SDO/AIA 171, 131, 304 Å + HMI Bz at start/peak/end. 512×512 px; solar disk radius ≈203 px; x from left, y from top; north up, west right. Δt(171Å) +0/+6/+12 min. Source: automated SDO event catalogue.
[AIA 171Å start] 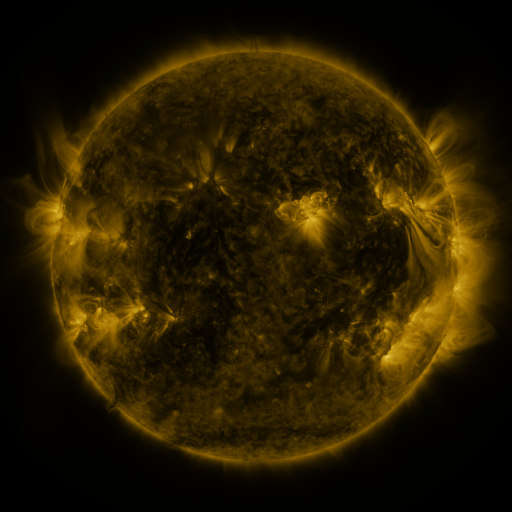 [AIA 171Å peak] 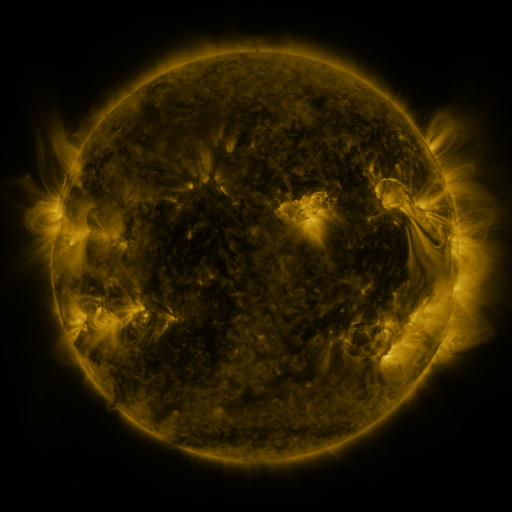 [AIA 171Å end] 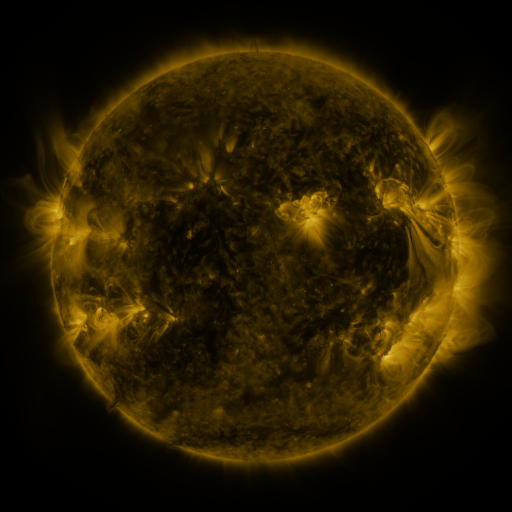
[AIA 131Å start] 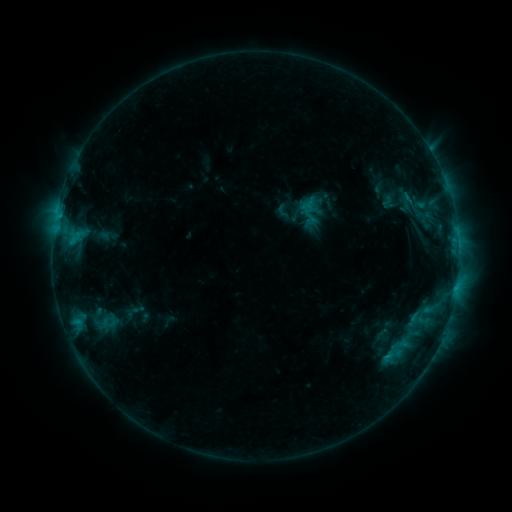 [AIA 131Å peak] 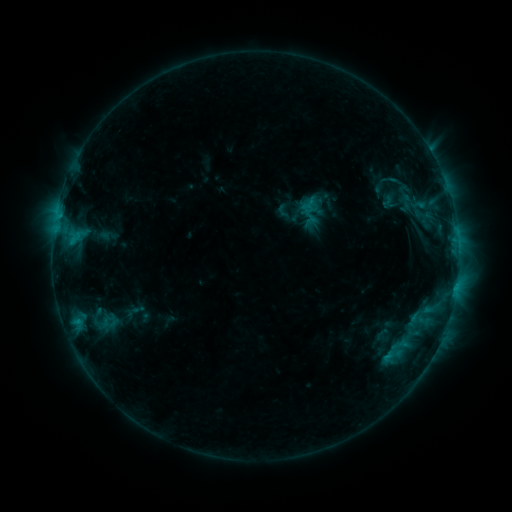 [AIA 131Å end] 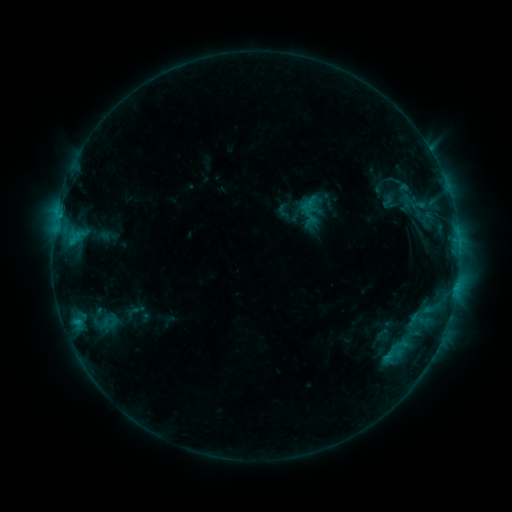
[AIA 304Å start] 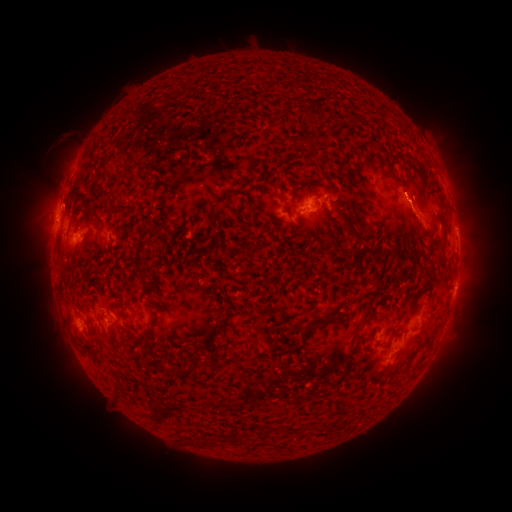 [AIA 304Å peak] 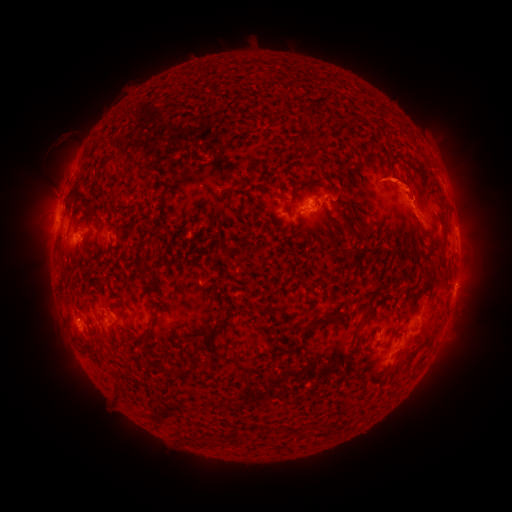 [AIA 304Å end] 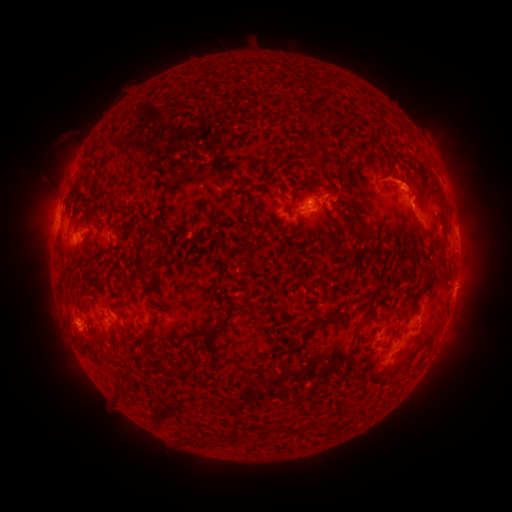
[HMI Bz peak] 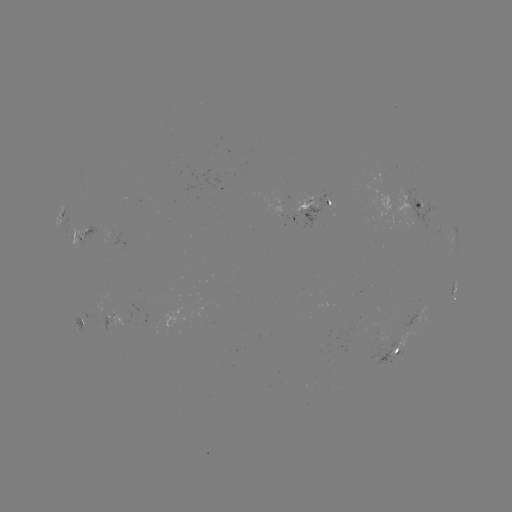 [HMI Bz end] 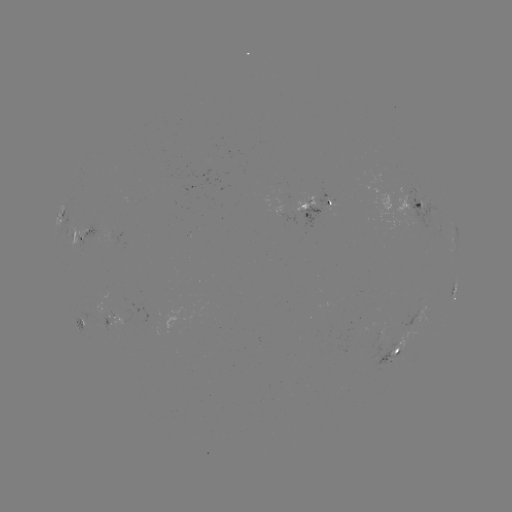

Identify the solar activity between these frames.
eruption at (409, 191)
